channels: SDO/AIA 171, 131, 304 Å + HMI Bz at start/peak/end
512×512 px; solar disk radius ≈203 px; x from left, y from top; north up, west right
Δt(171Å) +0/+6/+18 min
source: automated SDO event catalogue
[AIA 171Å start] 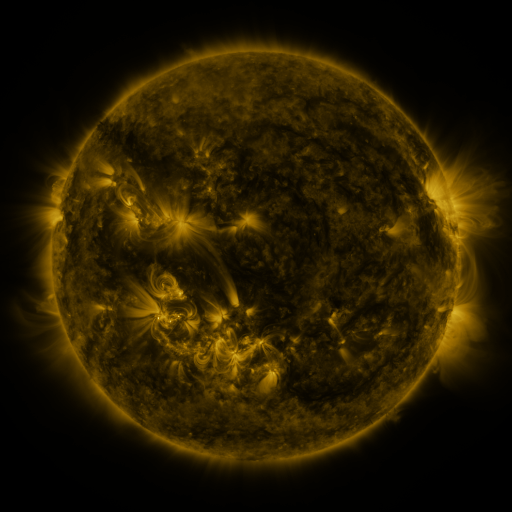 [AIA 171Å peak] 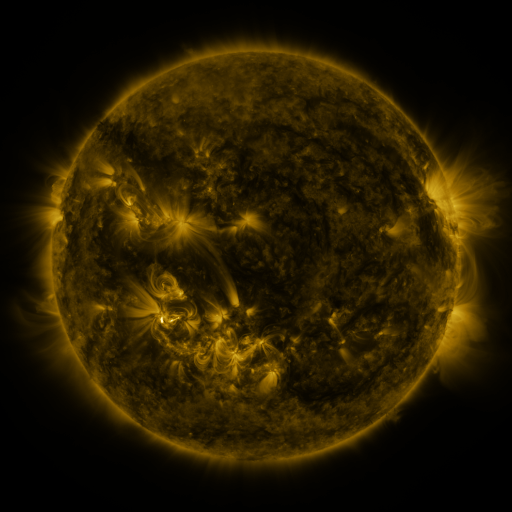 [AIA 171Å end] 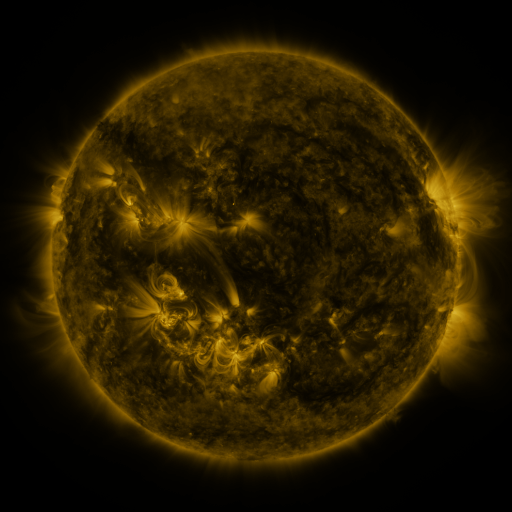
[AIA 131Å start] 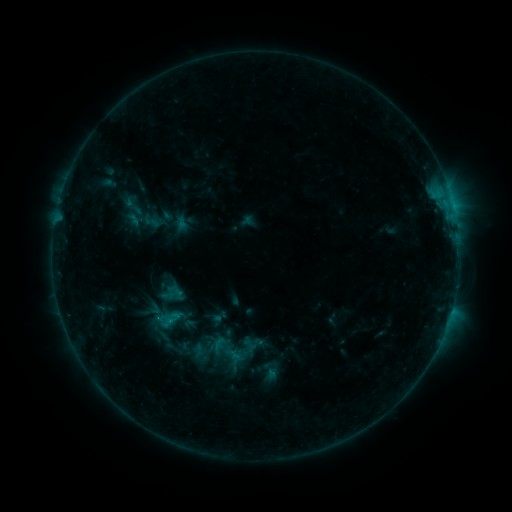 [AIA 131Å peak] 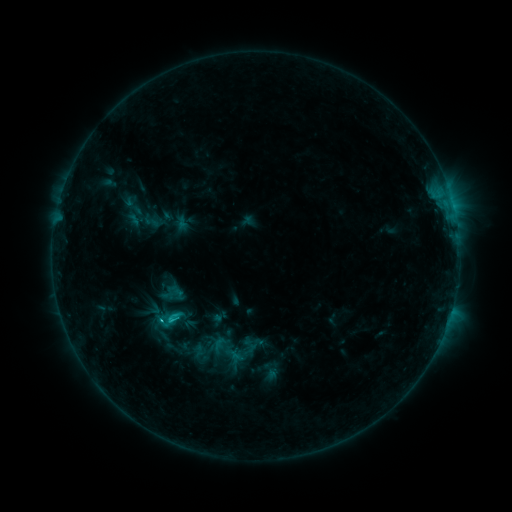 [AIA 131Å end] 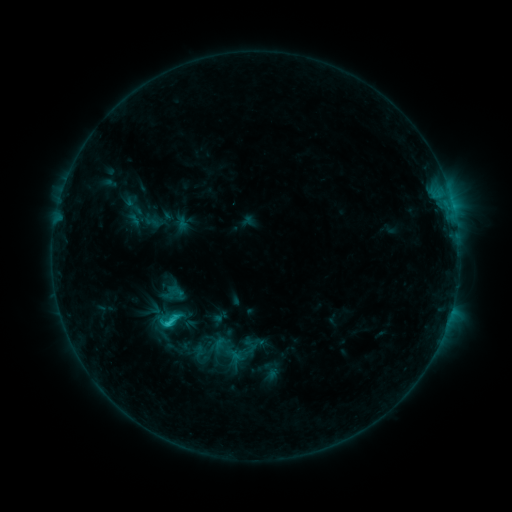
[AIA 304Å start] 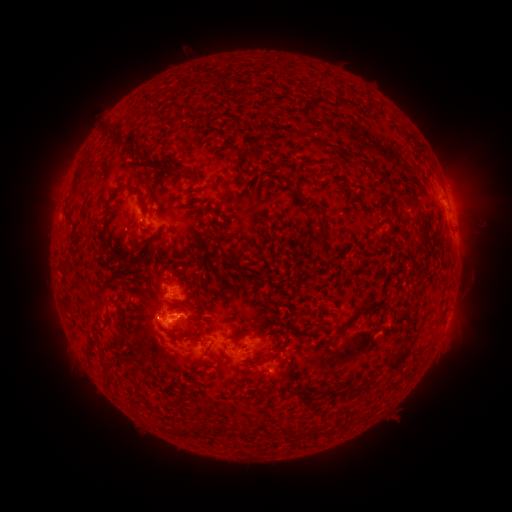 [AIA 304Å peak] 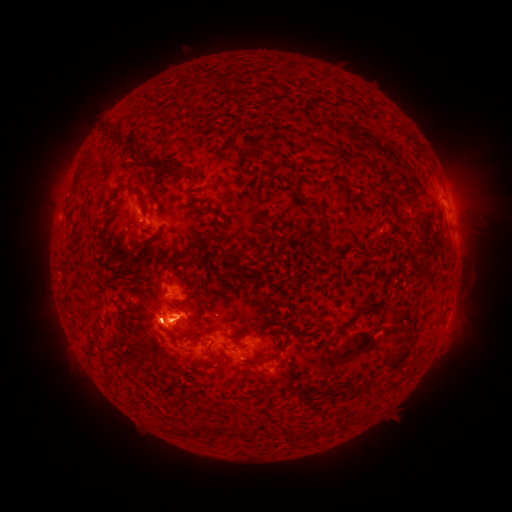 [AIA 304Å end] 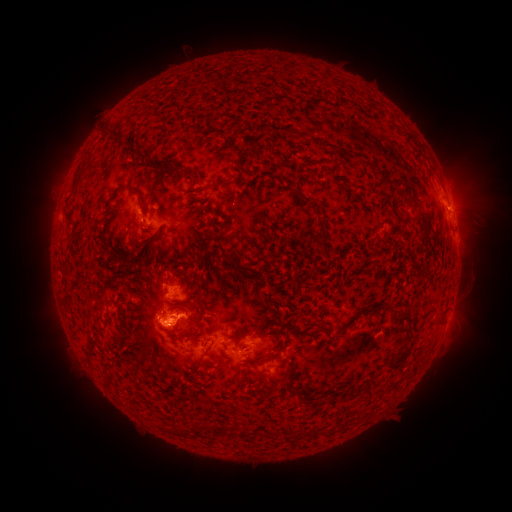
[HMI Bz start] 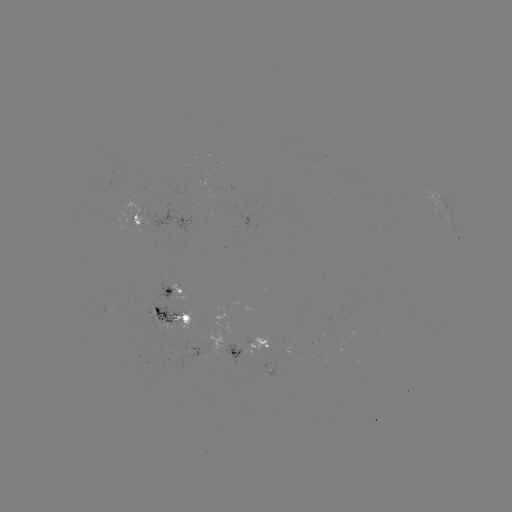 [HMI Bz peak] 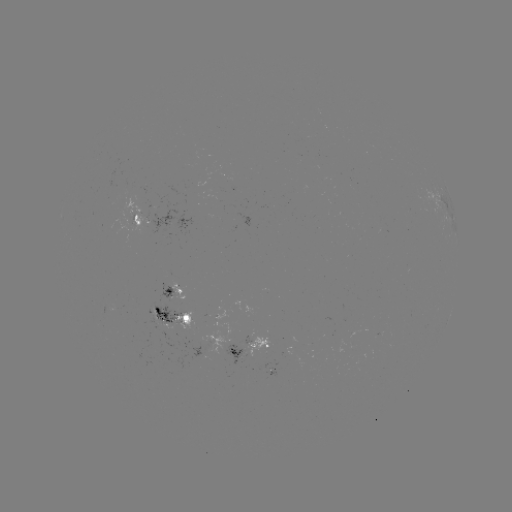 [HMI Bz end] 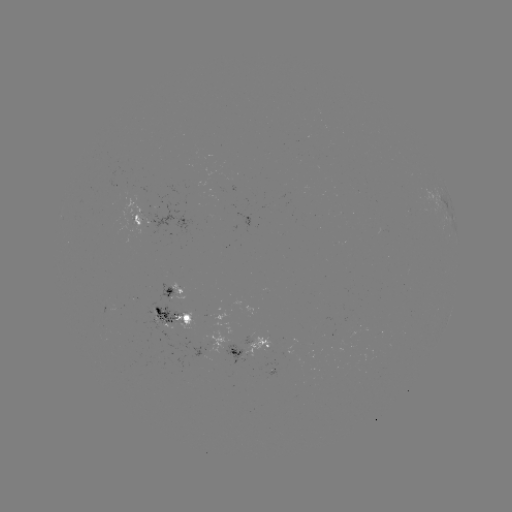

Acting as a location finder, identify C2.2 flare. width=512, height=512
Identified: (161, 318).